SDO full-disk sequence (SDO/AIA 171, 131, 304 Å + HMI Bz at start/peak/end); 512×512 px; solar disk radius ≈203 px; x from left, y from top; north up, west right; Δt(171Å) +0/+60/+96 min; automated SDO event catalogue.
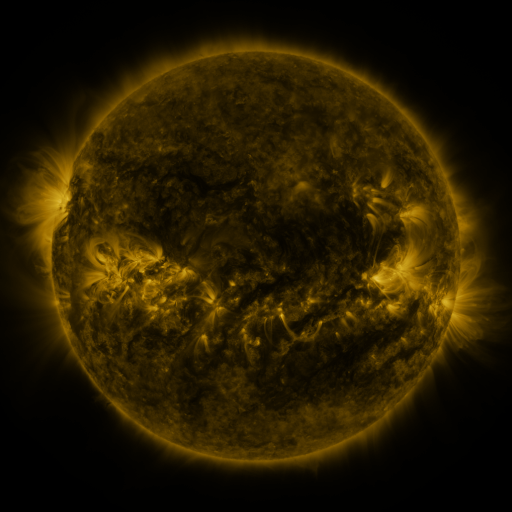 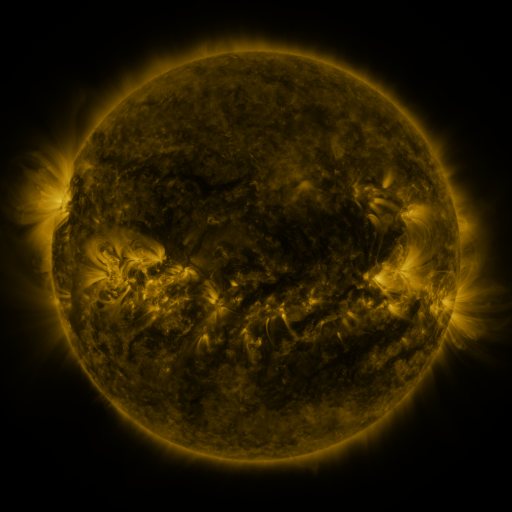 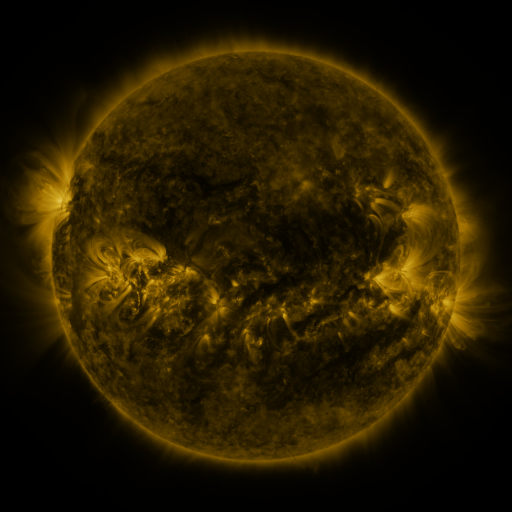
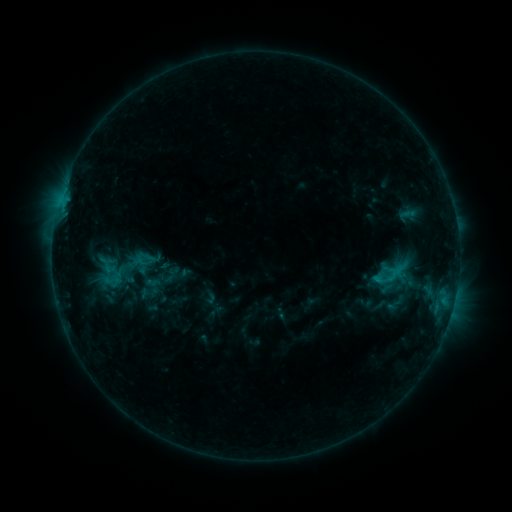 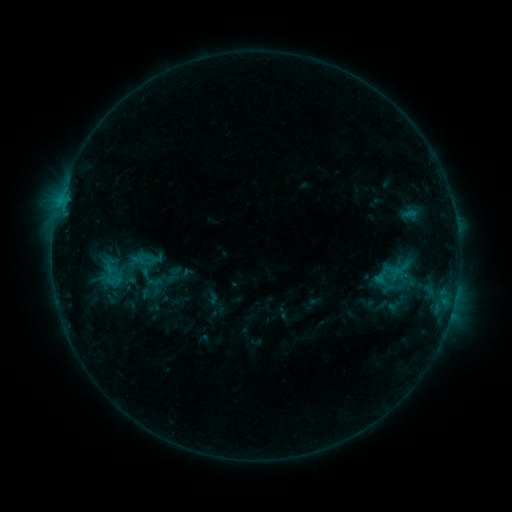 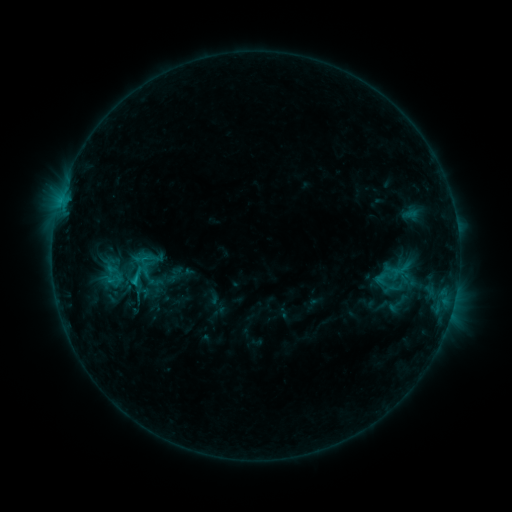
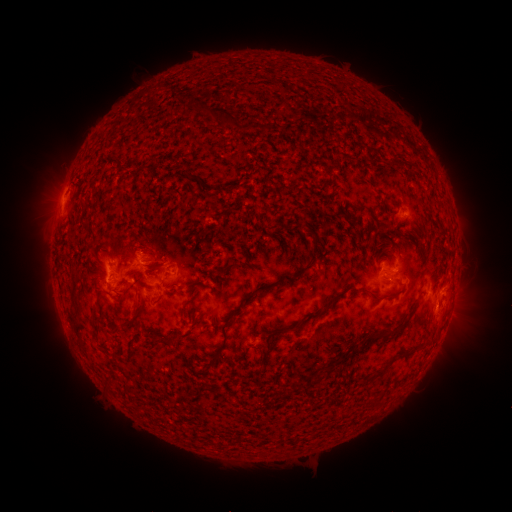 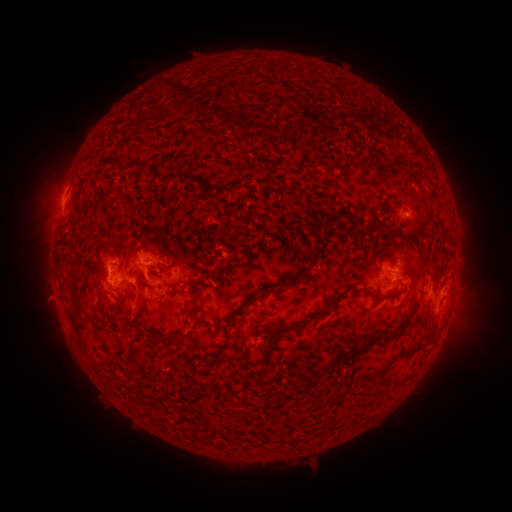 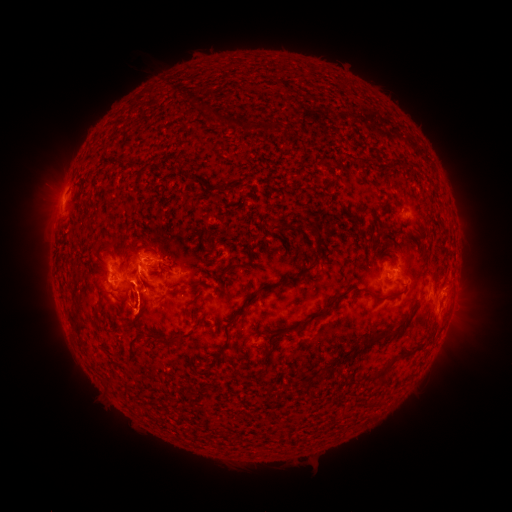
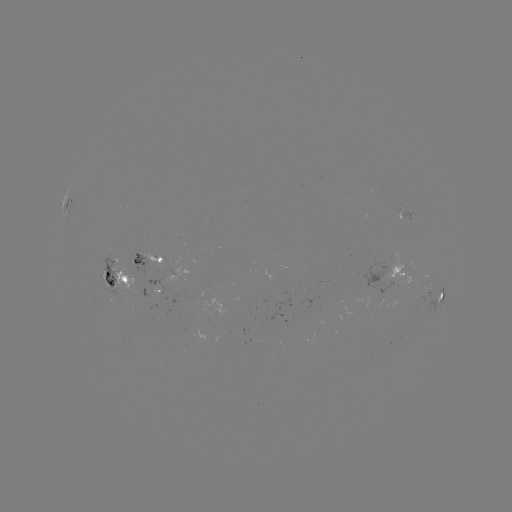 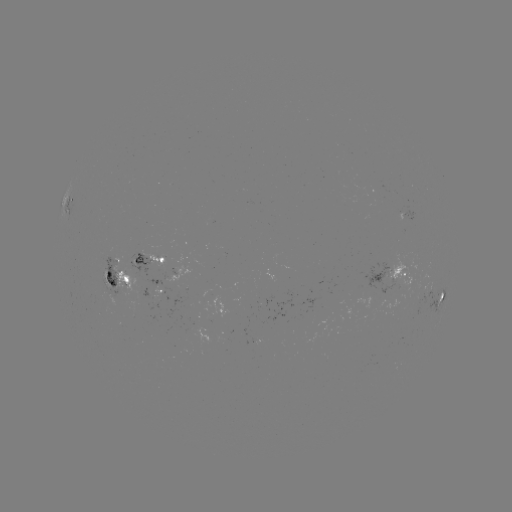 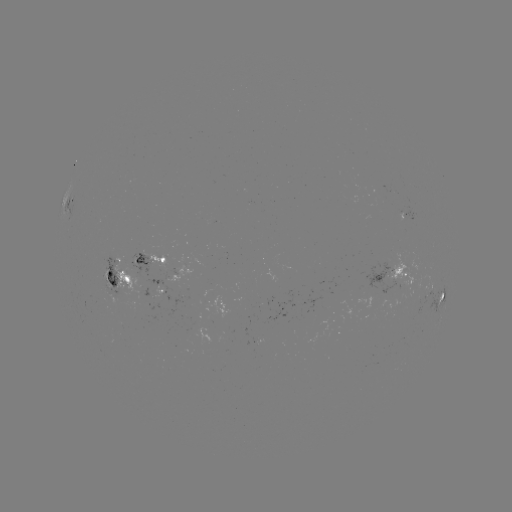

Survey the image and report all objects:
emerging-flux region: (164, 369)
